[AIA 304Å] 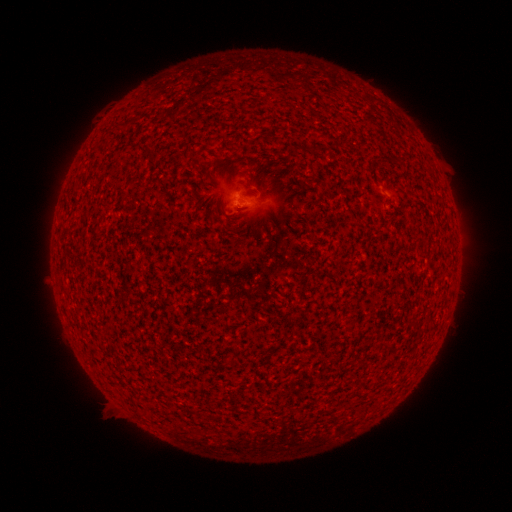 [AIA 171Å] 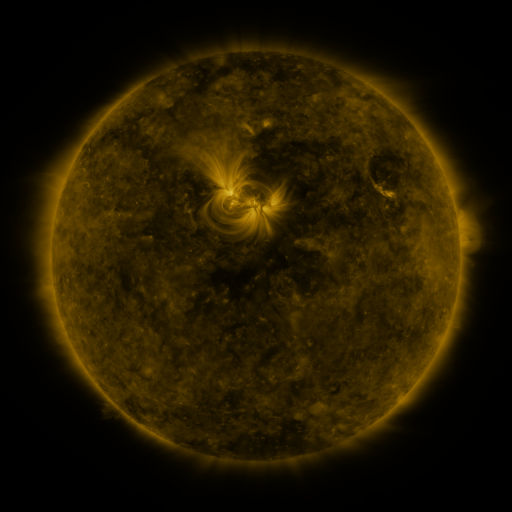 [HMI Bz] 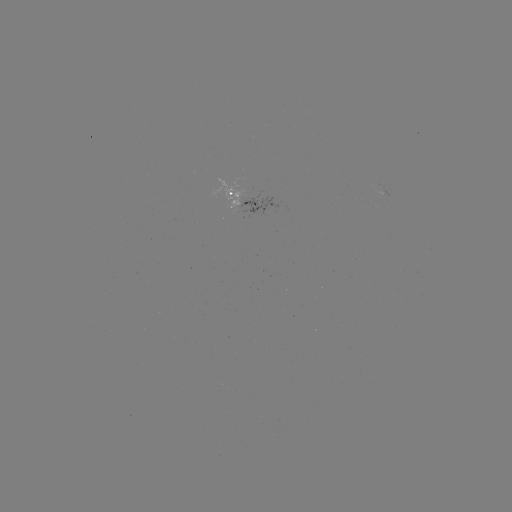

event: spotted active region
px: (238, 196)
